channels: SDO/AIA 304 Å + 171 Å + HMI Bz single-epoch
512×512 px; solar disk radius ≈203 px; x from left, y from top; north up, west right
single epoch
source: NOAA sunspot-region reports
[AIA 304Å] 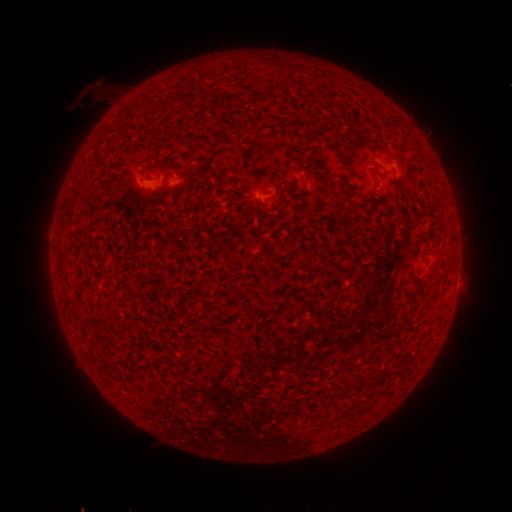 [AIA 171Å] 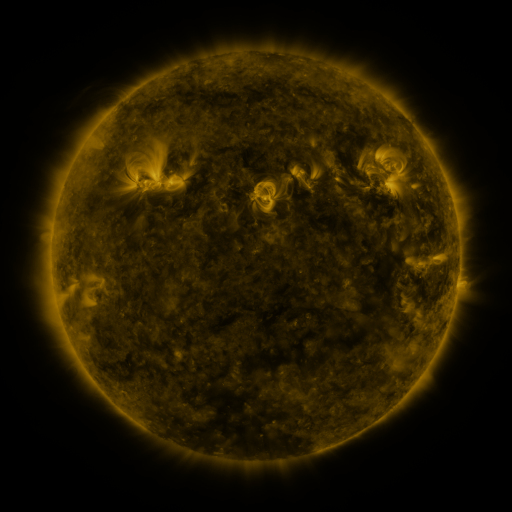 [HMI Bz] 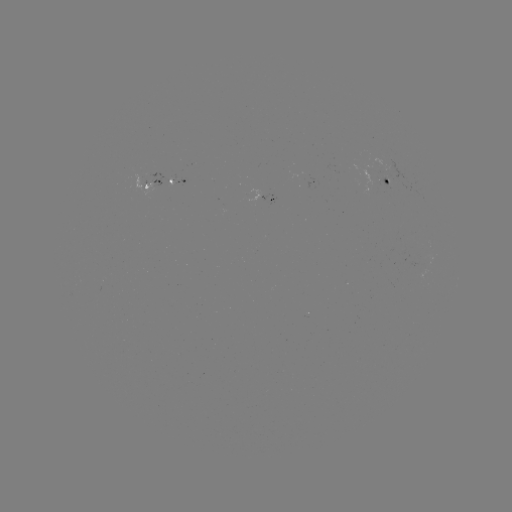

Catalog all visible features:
spotted active region: (169, 181)
spotted active region: (389, 182)
spotted active region: (270, 202)
